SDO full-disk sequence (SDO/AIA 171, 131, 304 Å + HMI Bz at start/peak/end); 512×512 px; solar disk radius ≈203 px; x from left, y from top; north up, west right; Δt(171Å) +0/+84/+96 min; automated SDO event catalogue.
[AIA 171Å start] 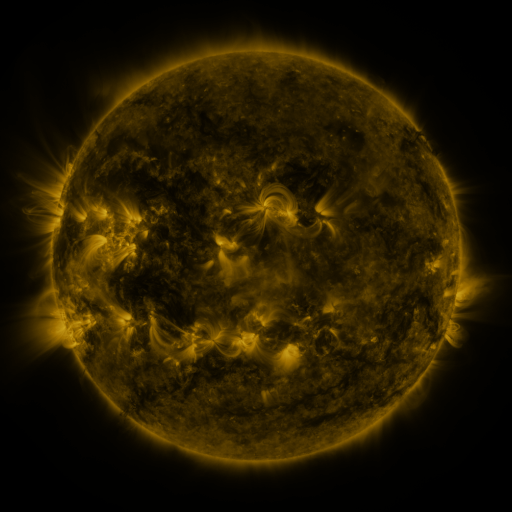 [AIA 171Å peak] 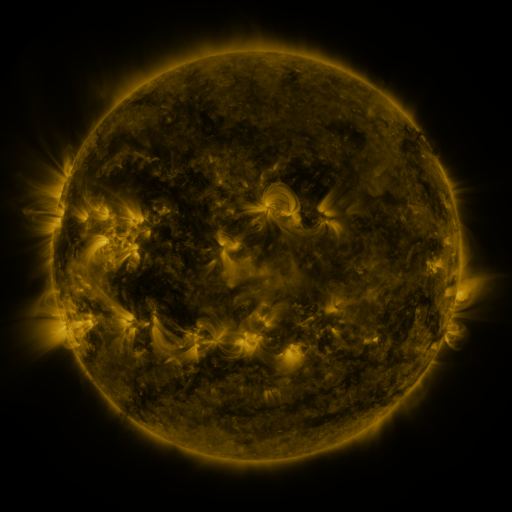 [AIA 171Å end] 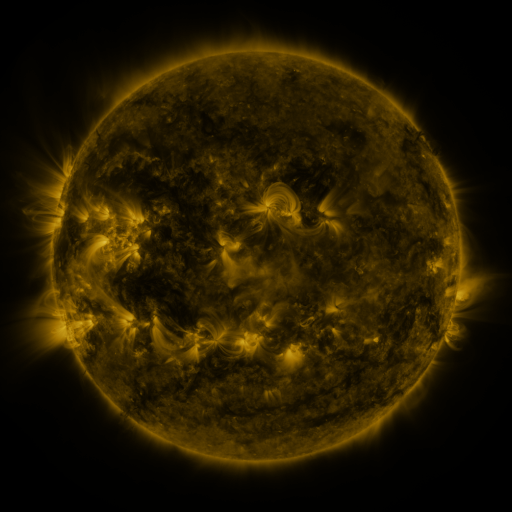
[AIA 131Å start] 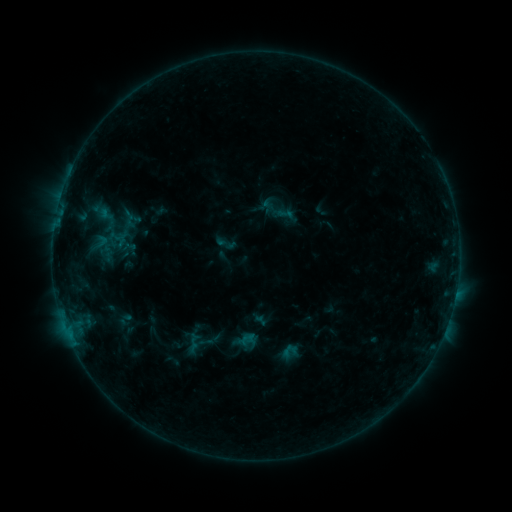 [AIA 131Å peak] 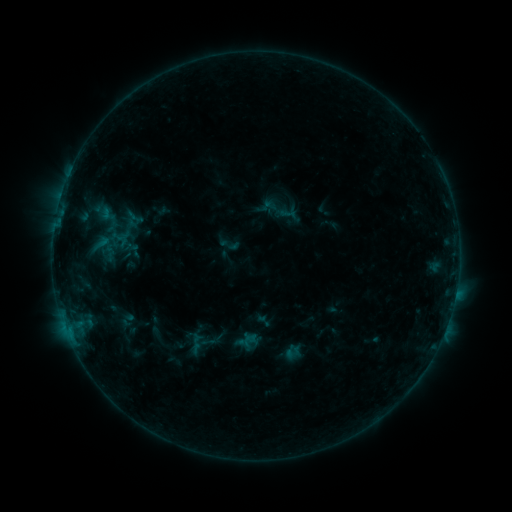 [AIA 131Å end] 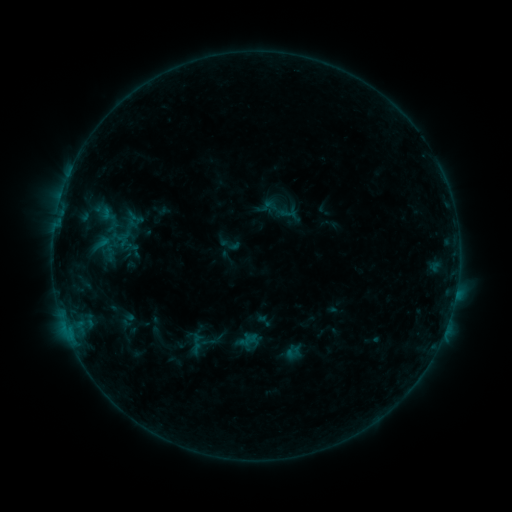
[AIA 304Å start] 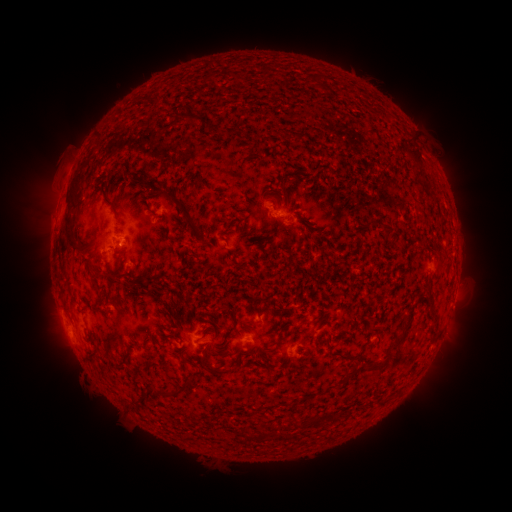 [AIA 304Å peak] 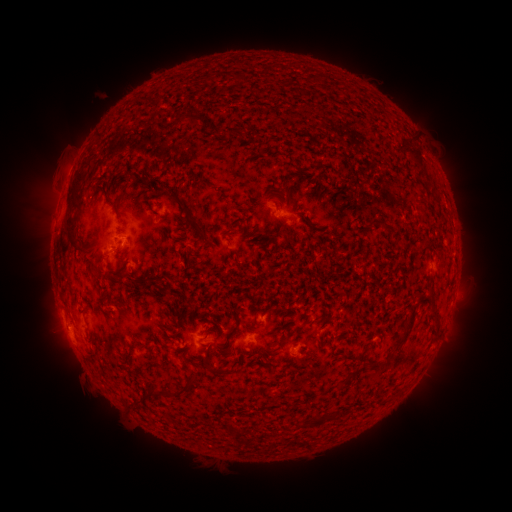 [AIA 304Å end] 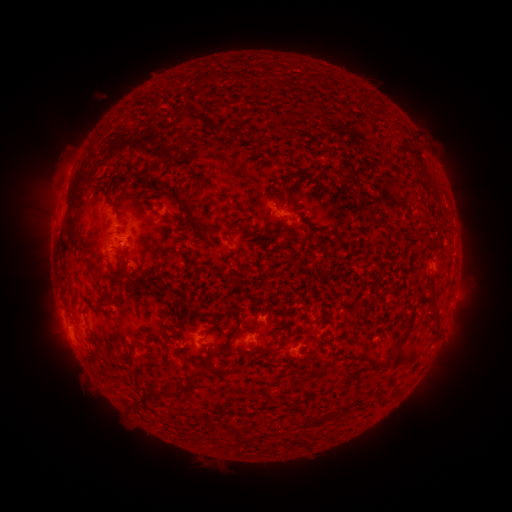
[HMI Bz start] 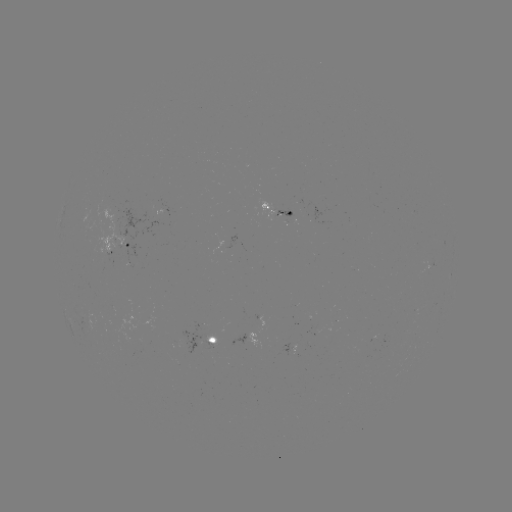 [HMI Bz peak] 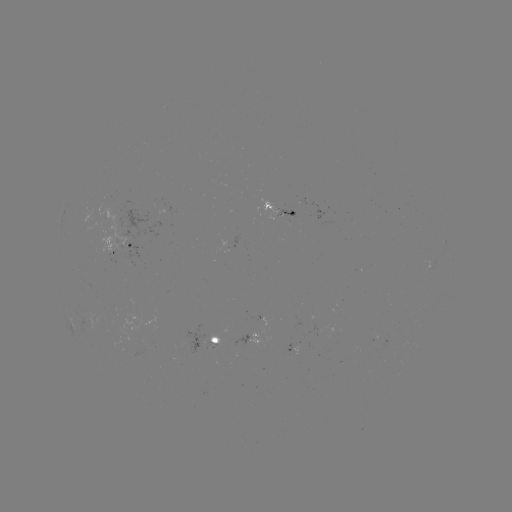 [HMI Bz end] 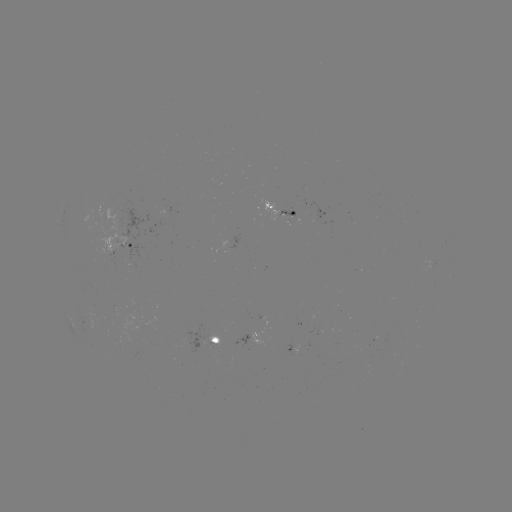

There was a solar emerging-flux region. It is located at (298, 345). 